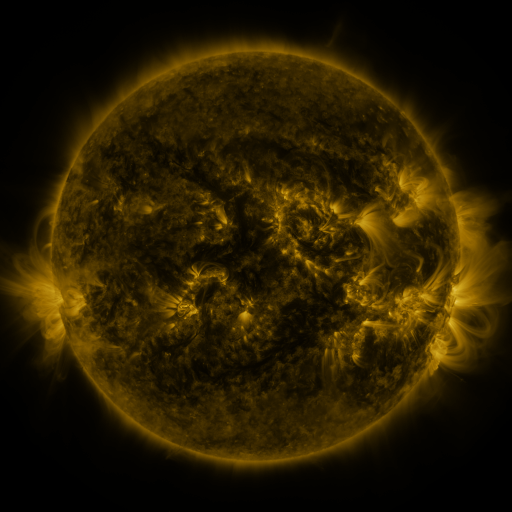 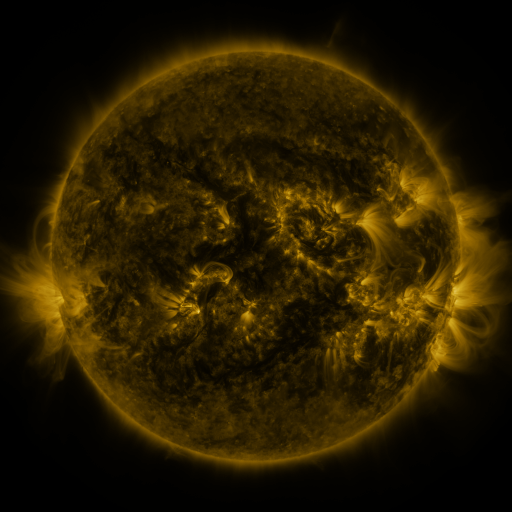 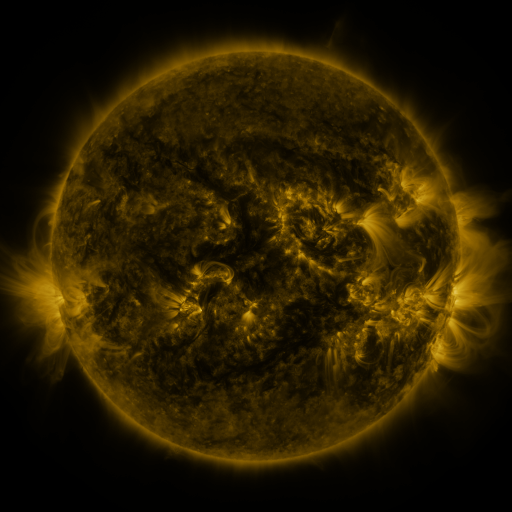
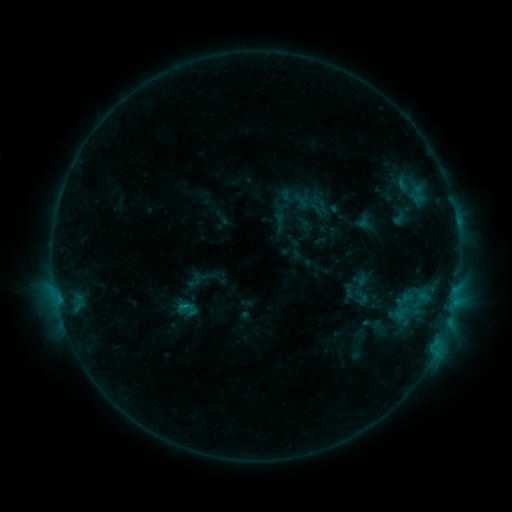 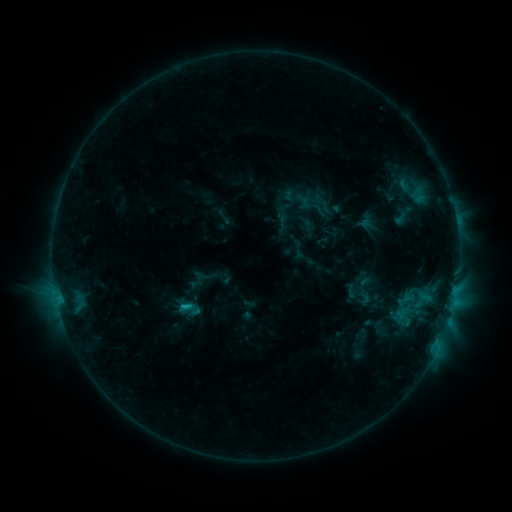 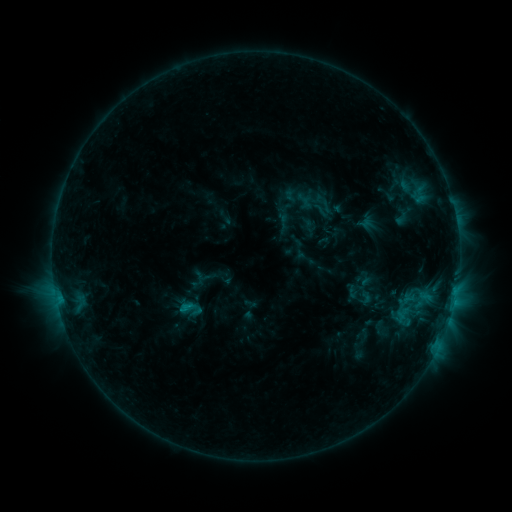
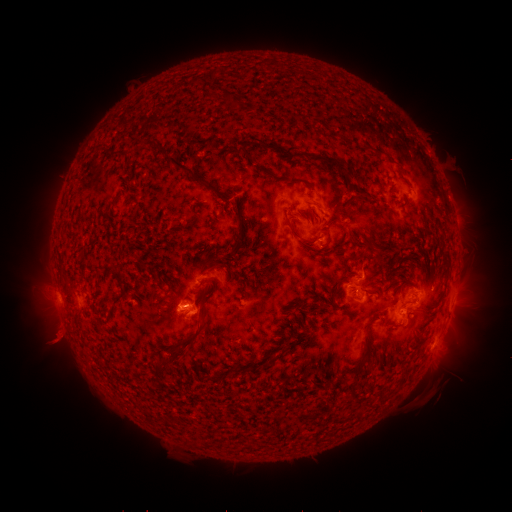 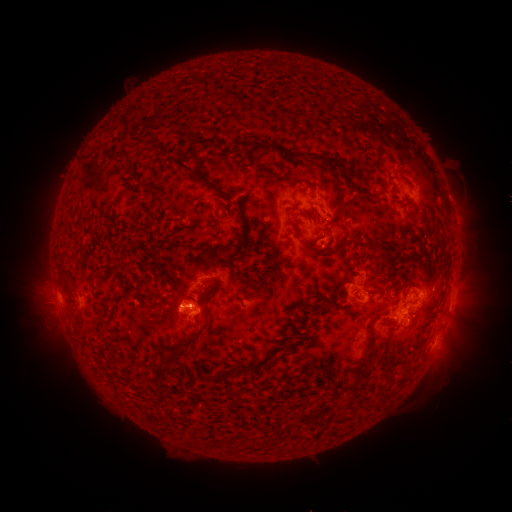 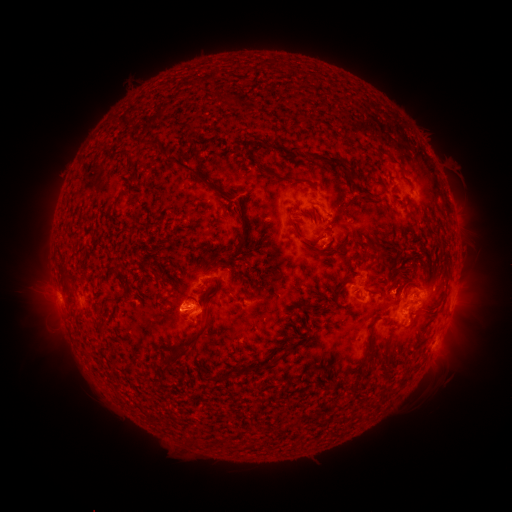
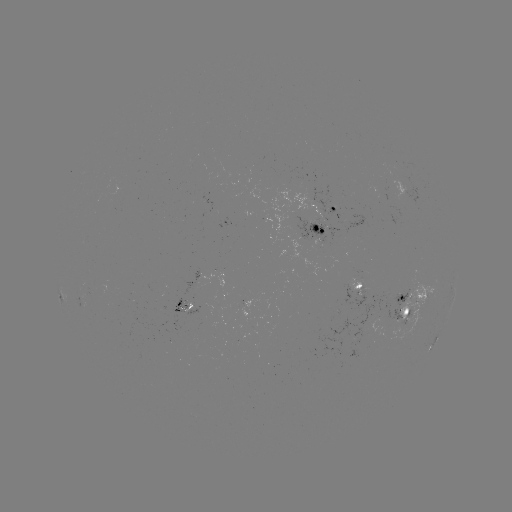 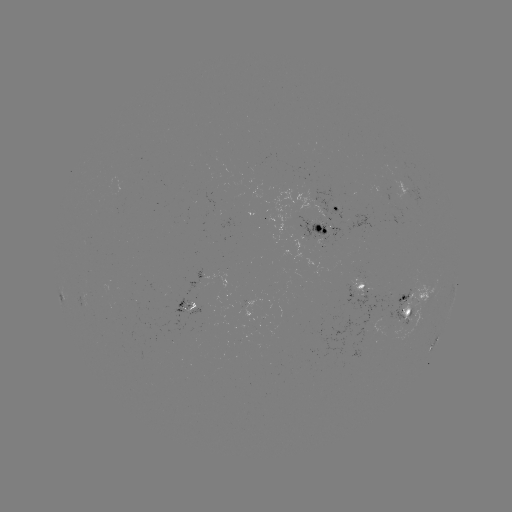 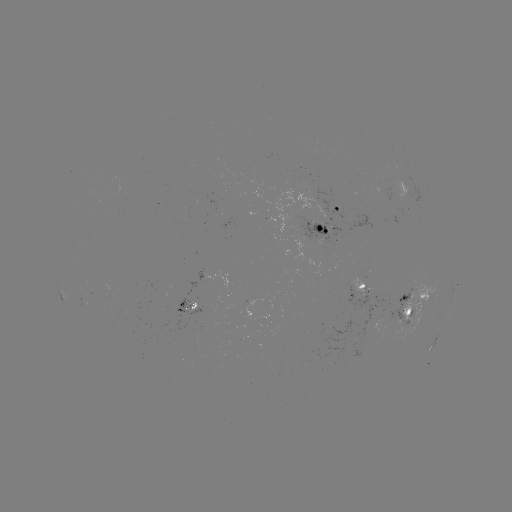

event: emerging-flux region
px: (315, 226)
